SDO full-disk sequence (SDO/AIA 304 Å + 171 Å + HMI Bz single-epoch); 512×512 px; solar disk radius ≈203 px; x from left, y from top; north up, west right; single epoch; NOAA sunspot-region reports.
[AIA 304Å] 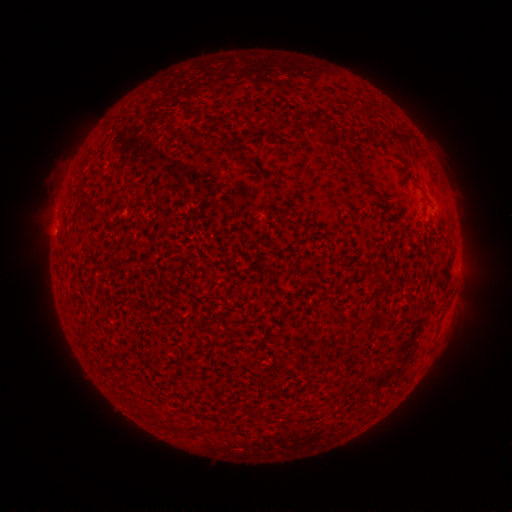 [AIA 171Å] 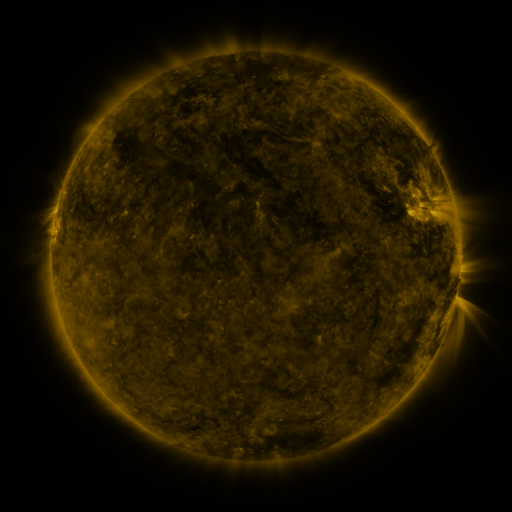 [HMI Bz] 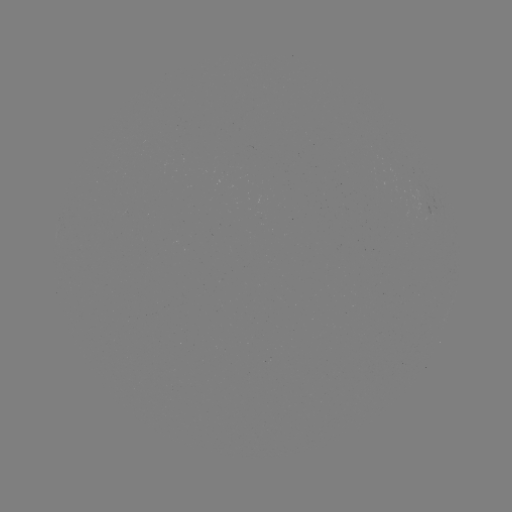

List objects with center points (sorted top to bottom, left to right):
(none)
